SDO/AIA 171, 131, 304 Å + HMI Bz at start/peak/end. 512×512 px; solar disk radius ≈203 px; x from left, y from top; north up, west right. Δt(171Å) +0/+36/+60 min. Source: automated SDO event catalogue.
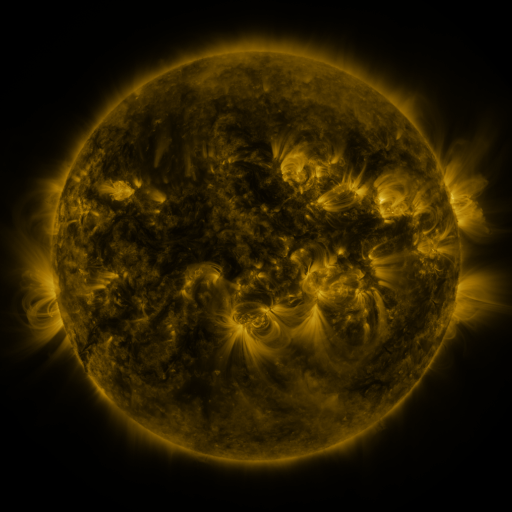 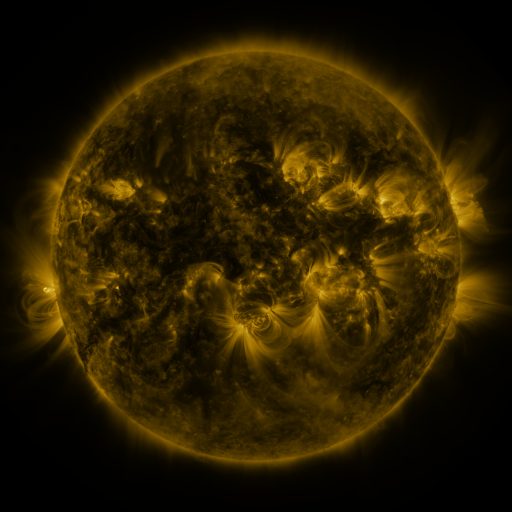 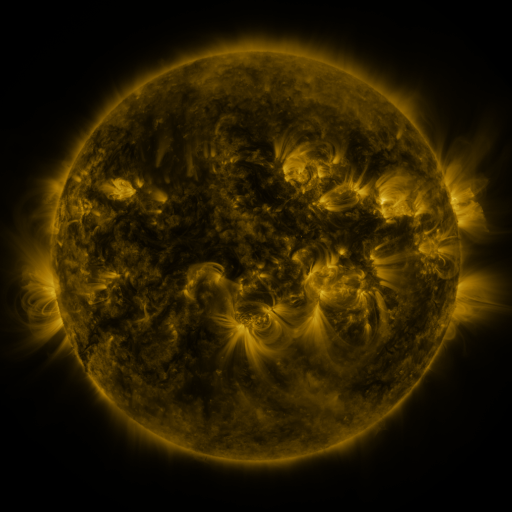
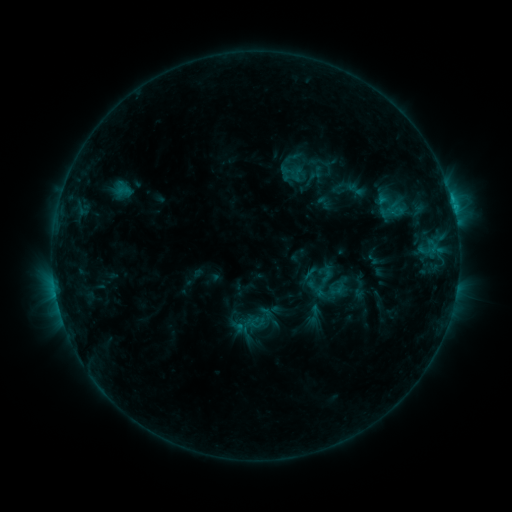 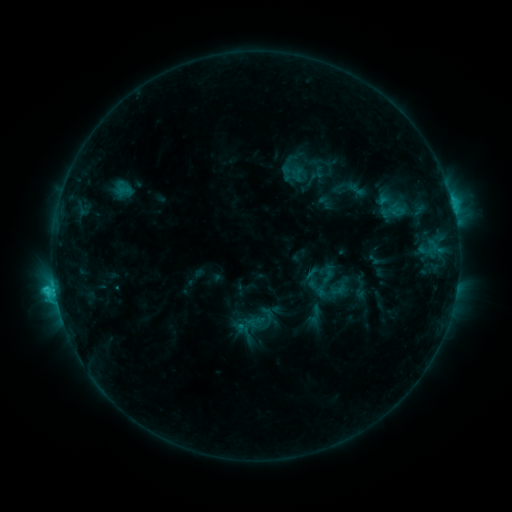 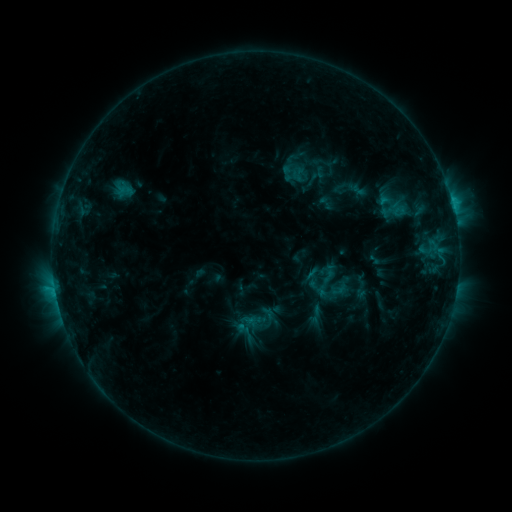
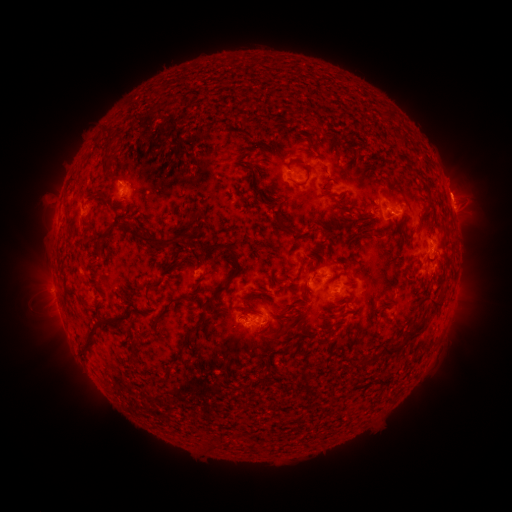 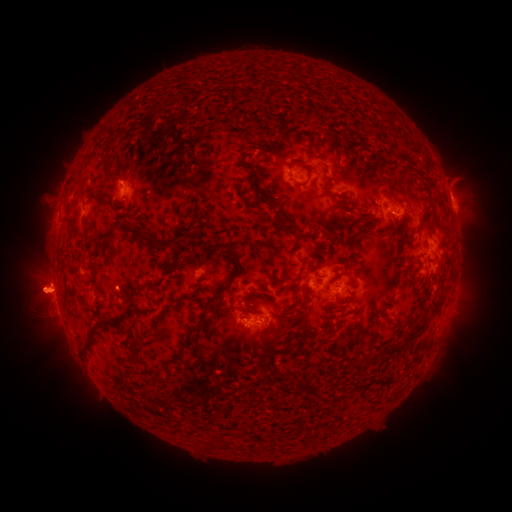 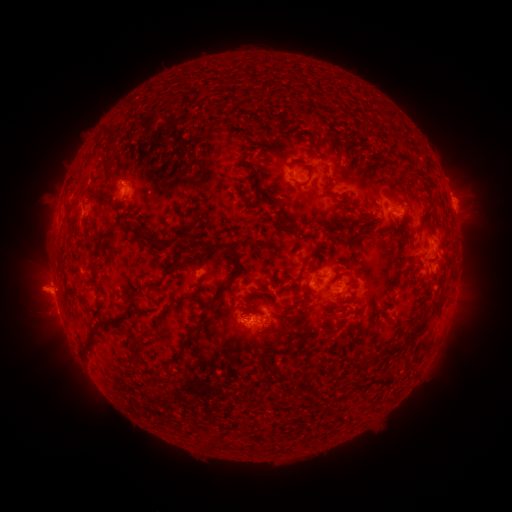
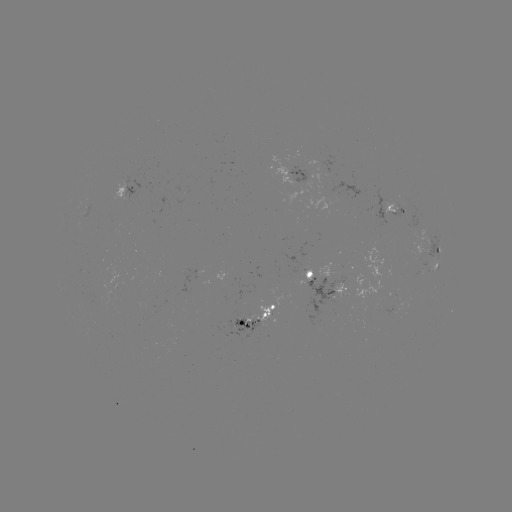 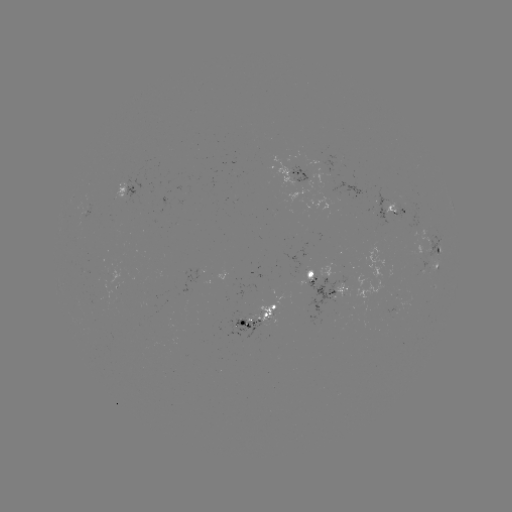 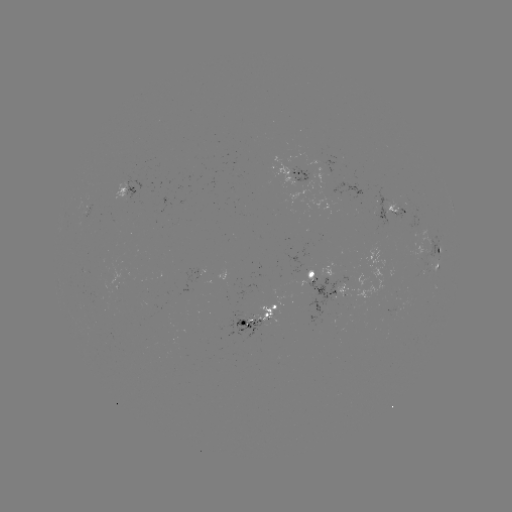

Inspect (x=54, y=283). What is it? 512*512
C2.2 flare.